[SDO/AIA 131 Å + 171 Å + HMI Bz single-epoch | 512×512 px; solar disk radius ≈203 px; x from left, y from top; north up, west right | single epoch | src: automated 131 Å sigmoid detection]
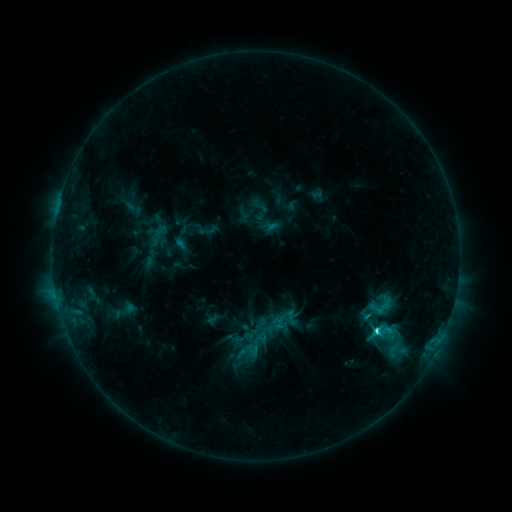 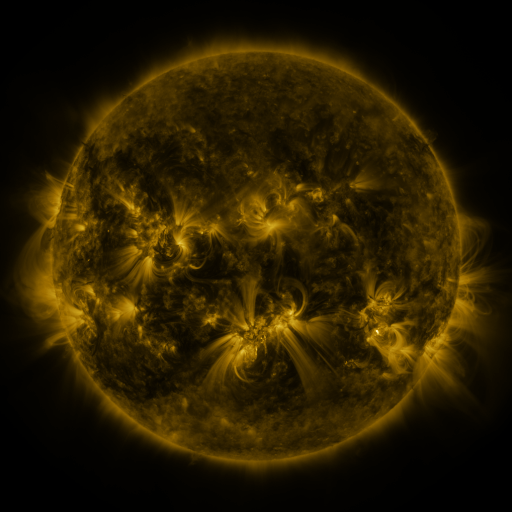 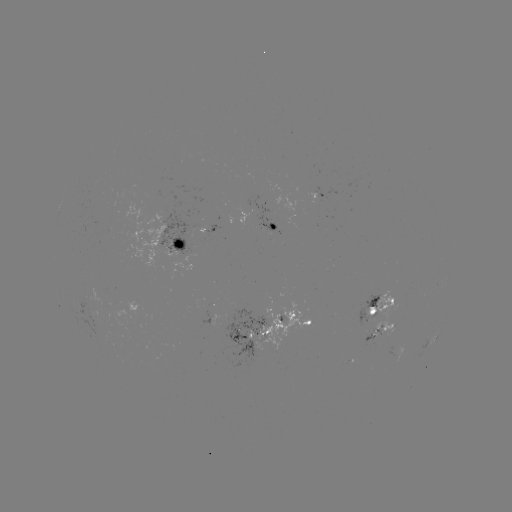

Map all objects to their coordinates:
sigmoid: [373, 299, 392, 318]
sigmoid: [372, 320, 397, 346]
sigmoid: [244, 325, 272, 351]
